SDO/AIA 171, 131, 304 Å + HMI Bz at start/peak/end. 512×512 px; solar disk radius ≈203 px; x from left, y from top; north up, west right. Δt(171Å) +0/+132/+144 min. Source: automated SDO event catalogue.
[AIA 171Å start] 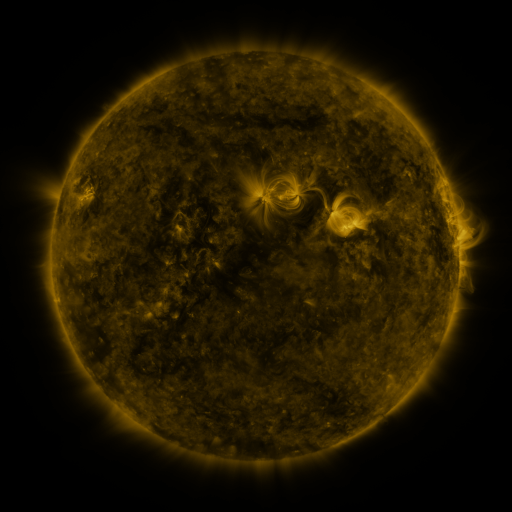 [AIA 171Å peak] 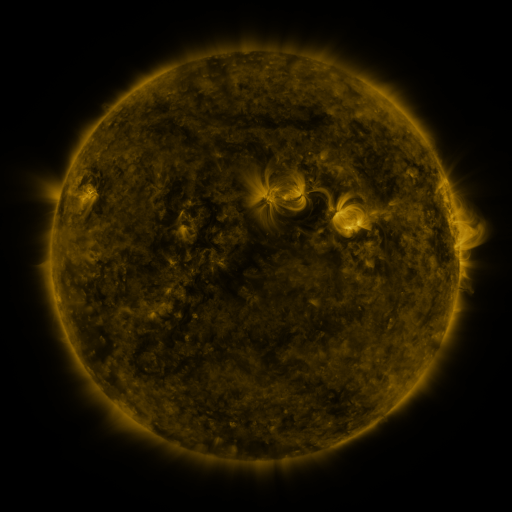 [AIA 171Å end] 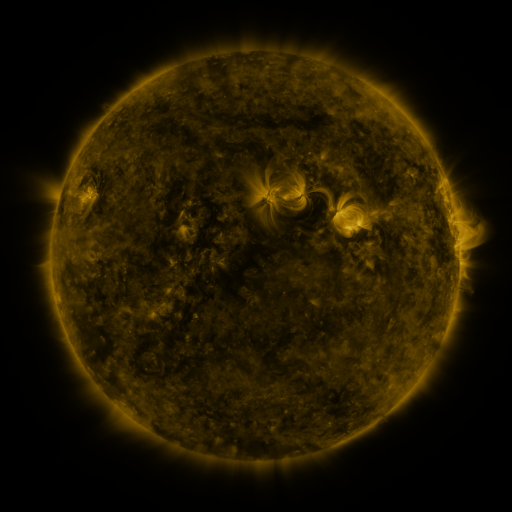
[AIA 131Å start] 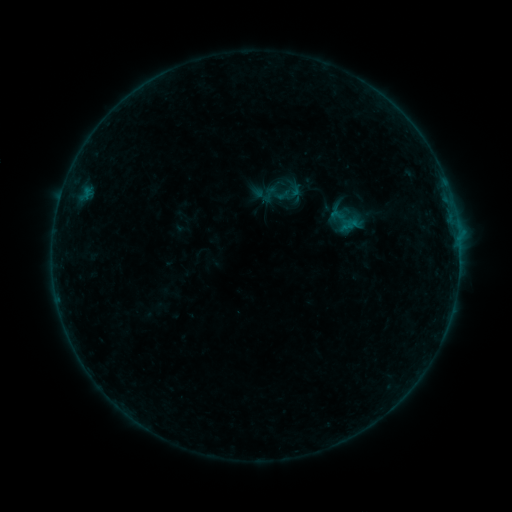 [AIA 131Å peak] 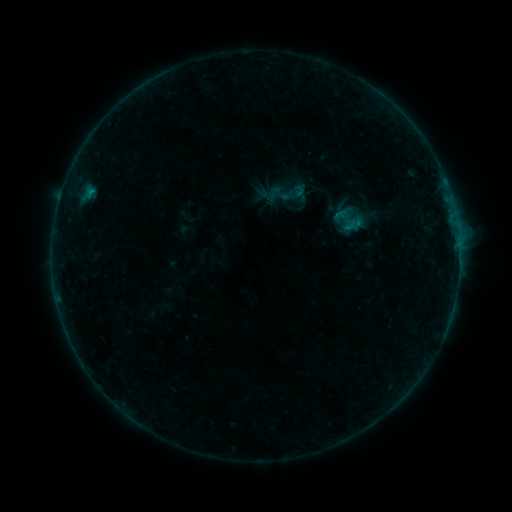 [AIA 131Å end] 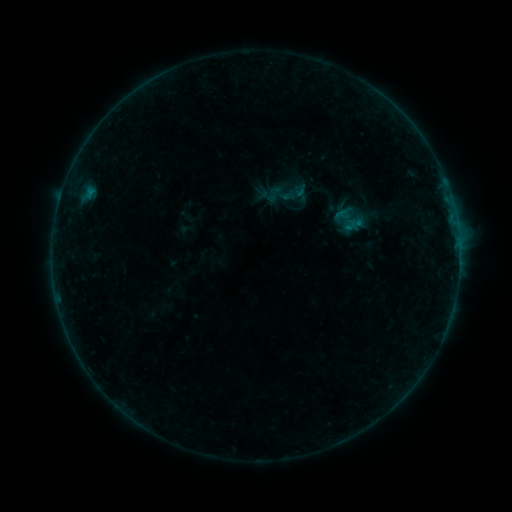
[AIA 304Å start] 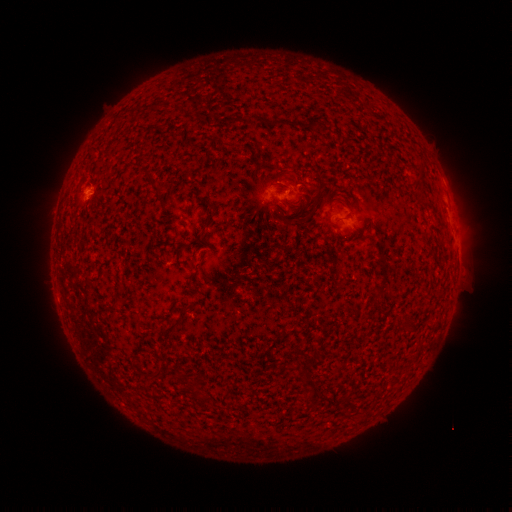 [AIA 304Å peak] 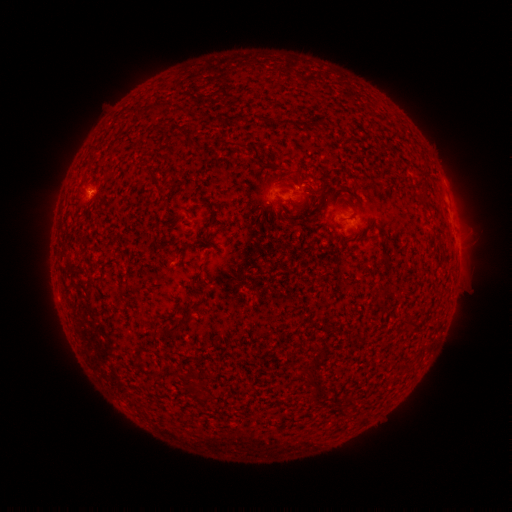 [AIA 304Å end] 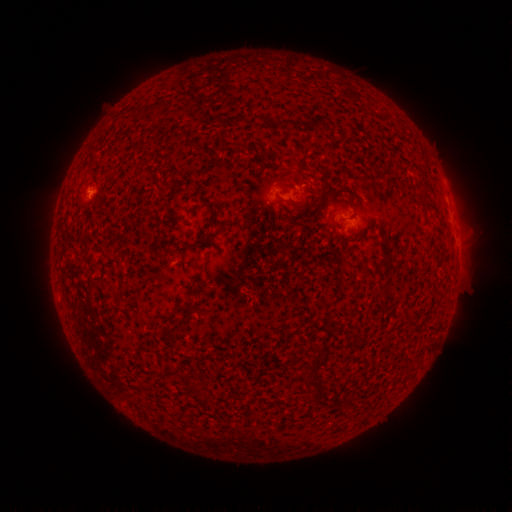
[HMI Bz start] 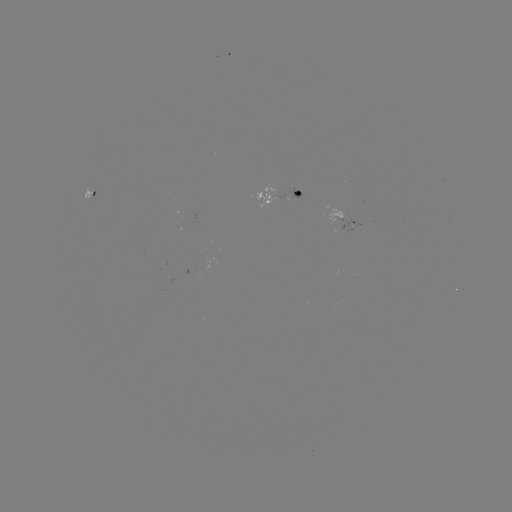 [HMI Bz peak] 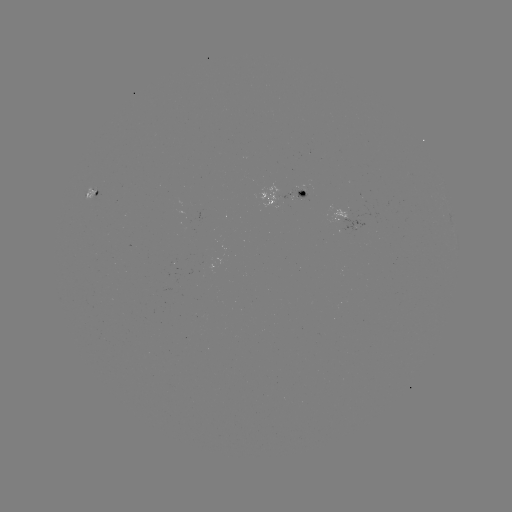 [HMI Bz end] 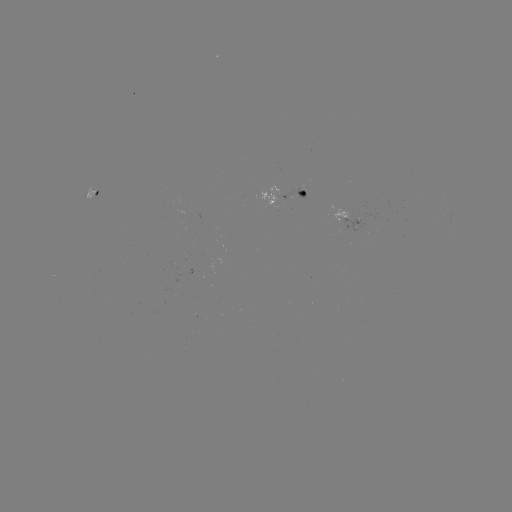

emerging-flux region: <bbox>294, 188, 308, 203</bbox>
